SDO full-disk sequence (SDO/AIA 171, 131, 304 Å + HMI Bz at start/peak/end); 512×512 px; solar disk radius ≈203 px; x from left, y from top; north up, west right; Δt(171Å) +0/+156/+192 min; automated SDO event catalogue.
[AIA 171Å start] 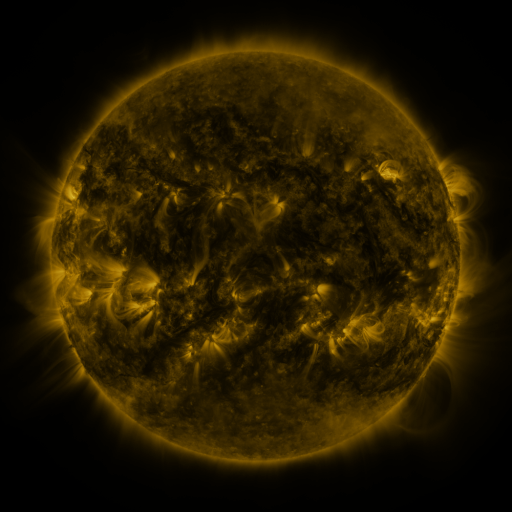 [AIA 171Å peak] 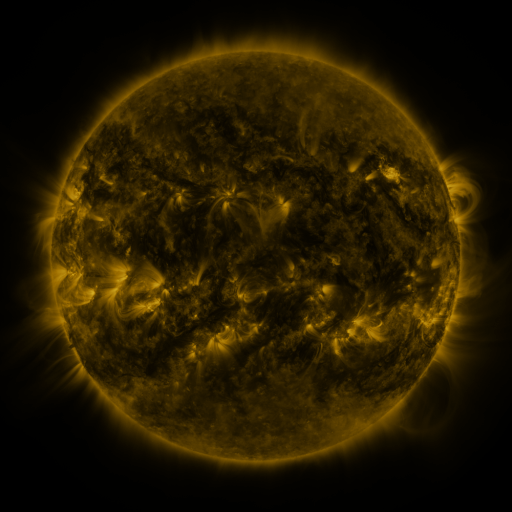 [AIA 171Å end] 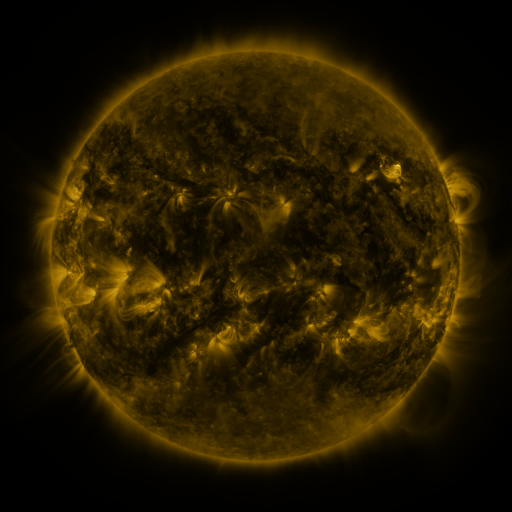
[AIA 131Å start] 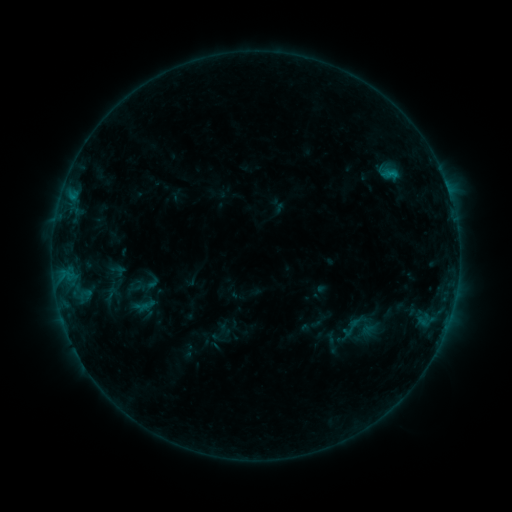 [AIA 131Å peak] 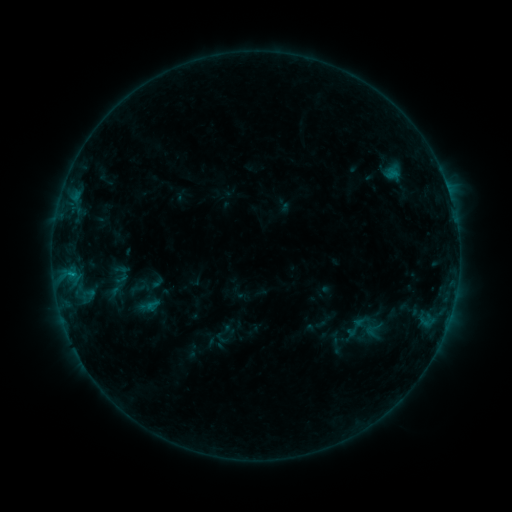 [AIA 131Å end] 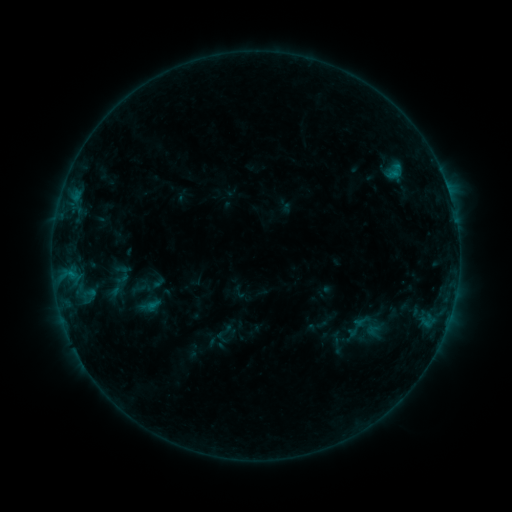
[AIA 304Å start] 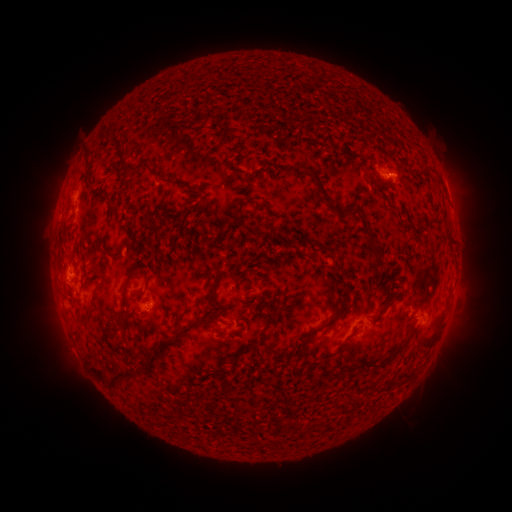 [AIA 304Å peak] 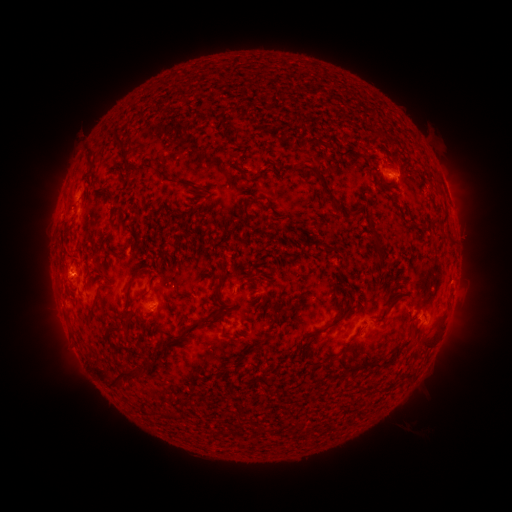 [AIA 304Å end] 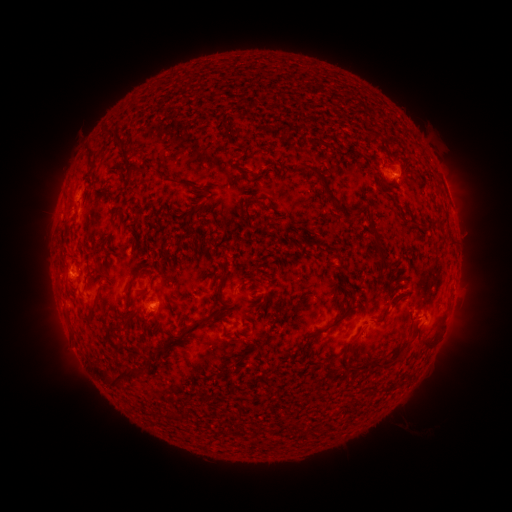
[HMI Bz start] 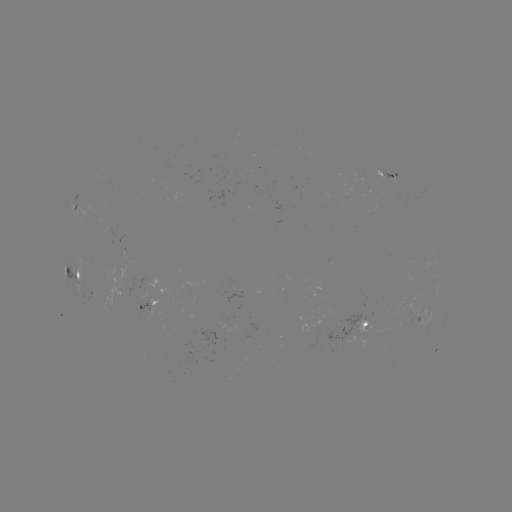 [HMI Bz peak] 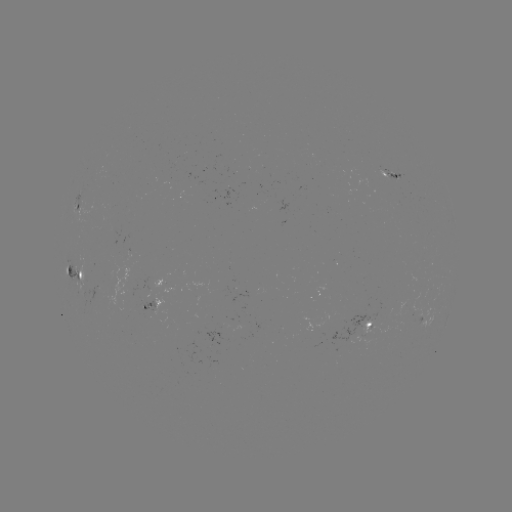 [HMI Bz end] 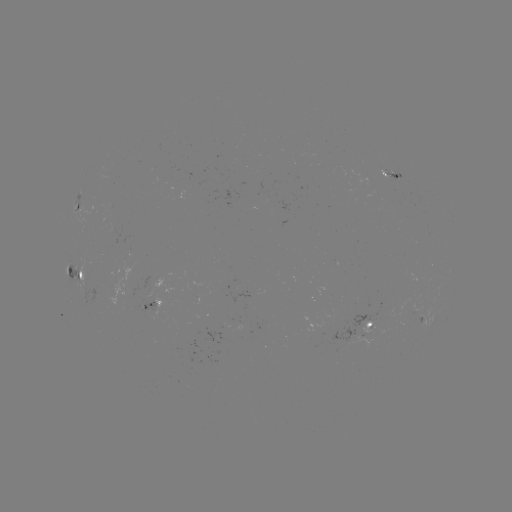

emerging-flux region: (137, 300, 156, 319)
